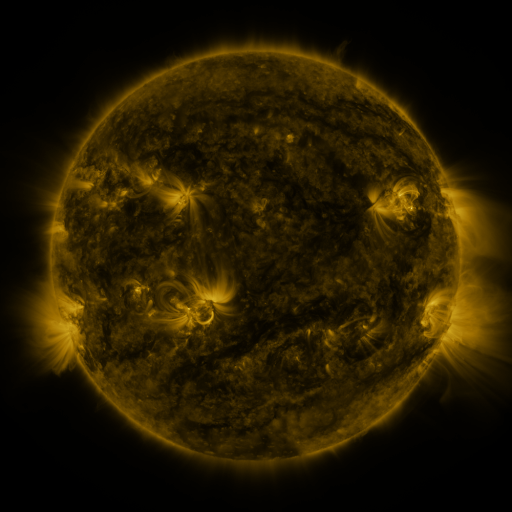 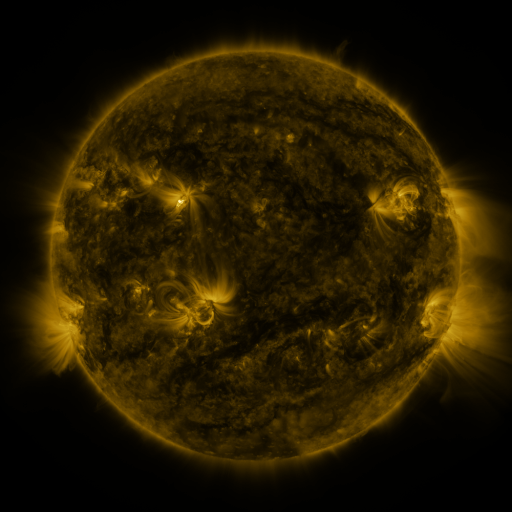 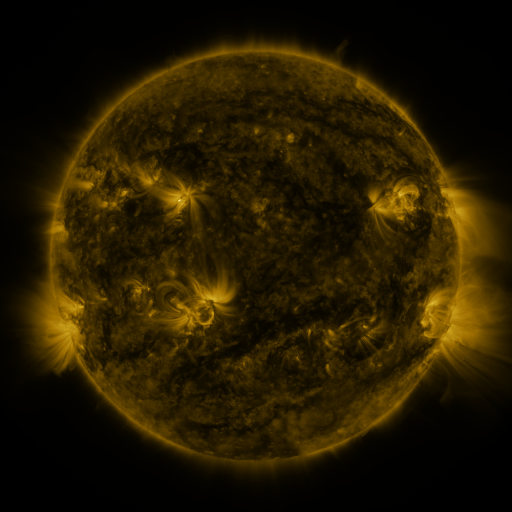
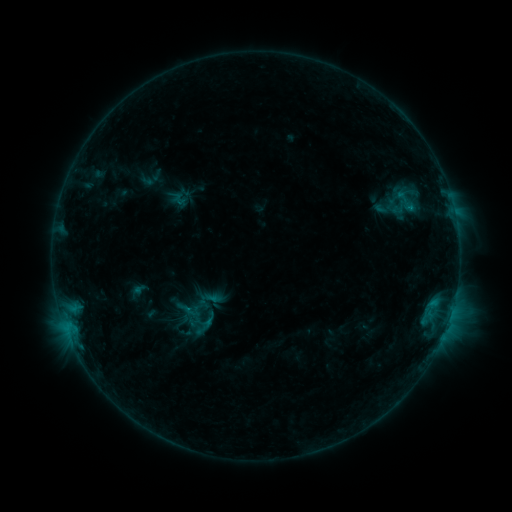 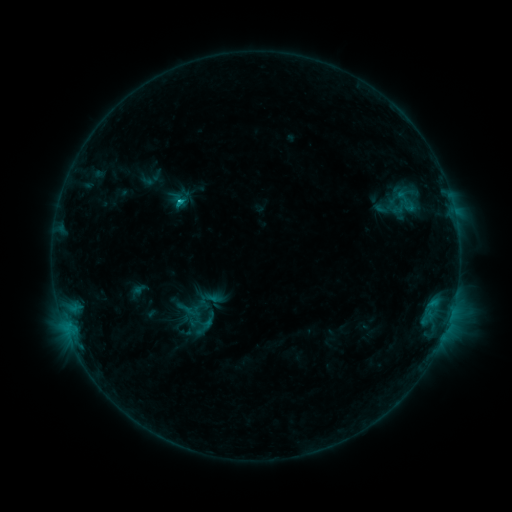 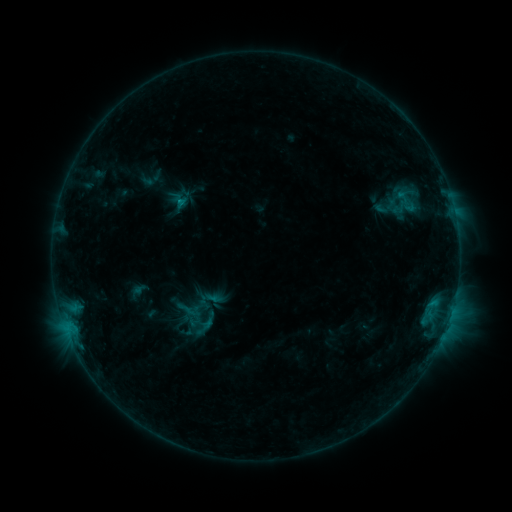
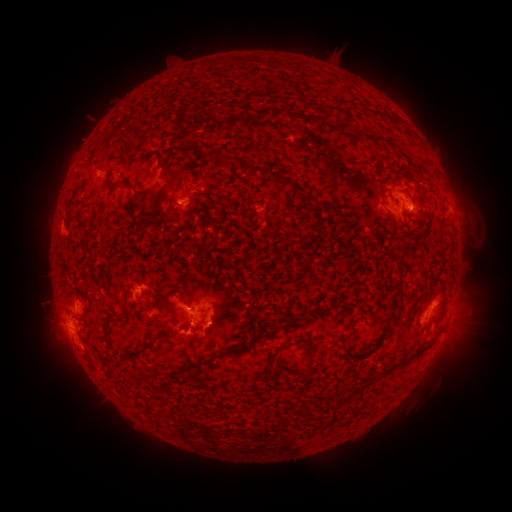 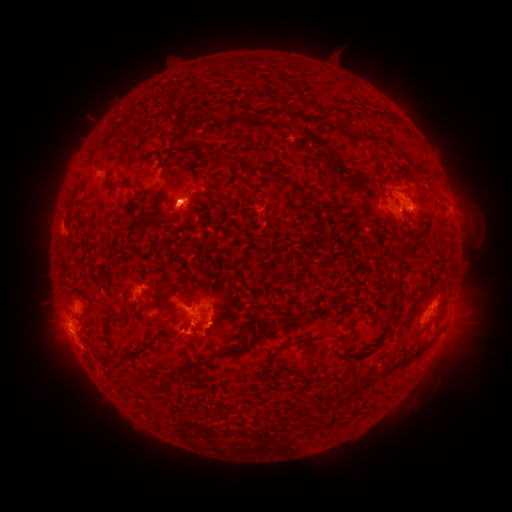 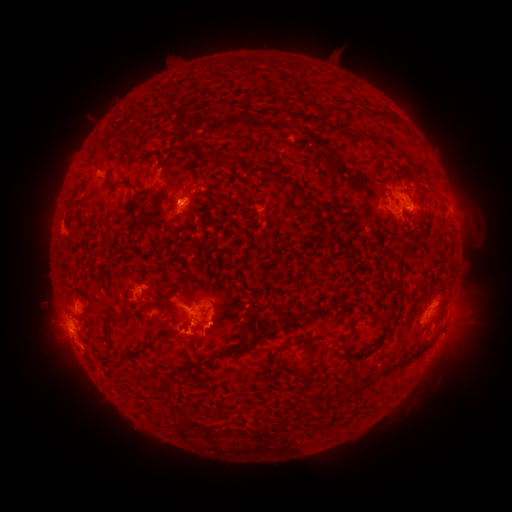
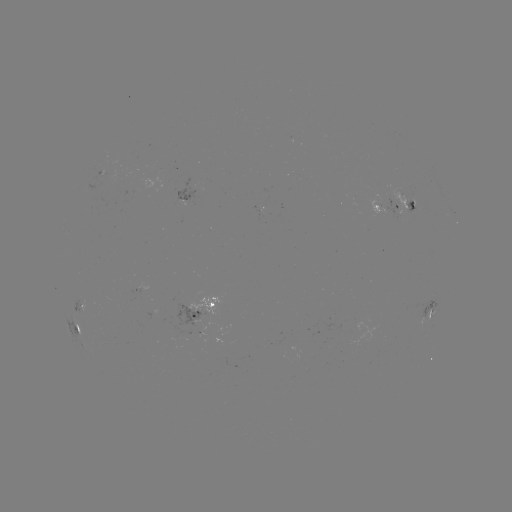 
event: flare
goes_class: C1.1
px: (180, 203)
